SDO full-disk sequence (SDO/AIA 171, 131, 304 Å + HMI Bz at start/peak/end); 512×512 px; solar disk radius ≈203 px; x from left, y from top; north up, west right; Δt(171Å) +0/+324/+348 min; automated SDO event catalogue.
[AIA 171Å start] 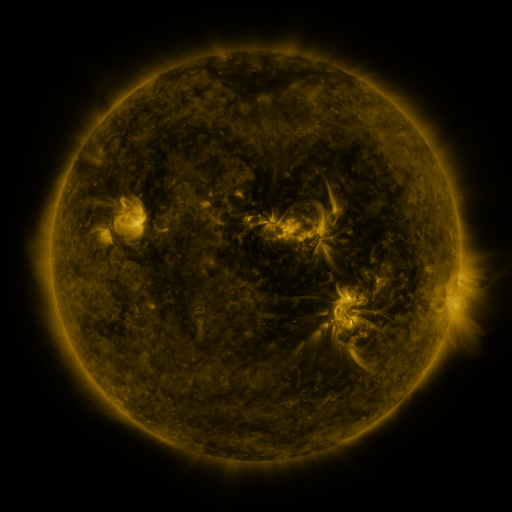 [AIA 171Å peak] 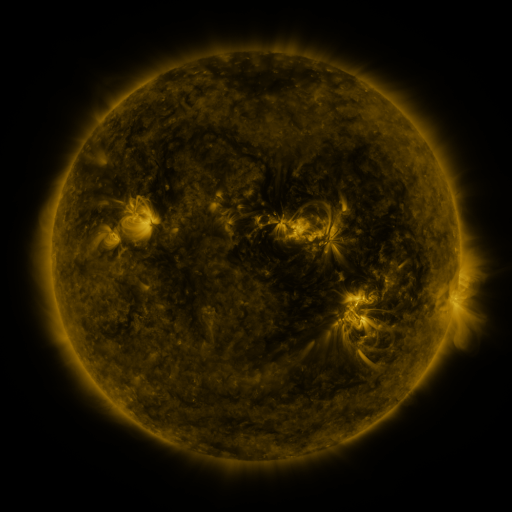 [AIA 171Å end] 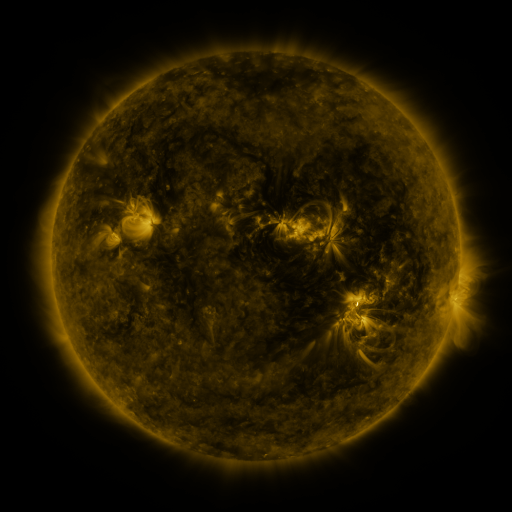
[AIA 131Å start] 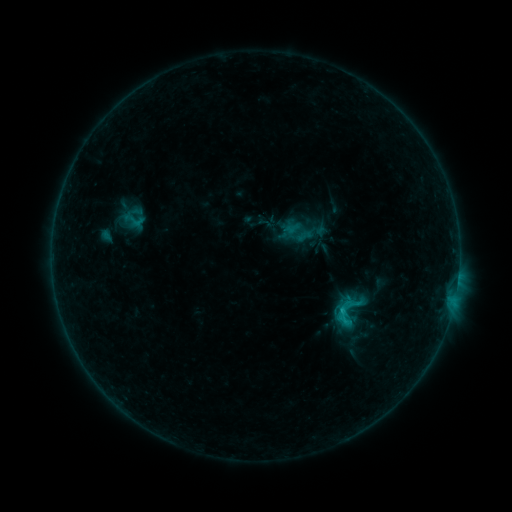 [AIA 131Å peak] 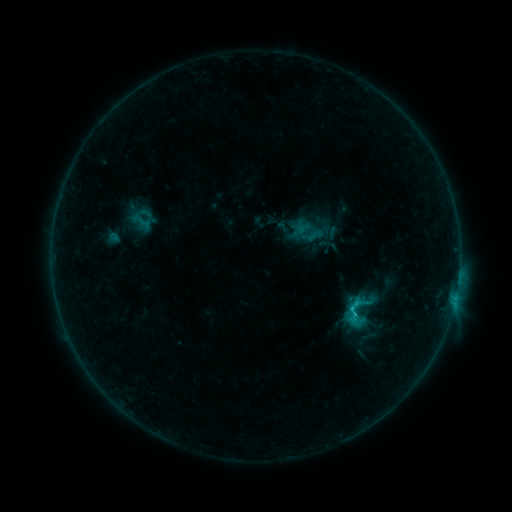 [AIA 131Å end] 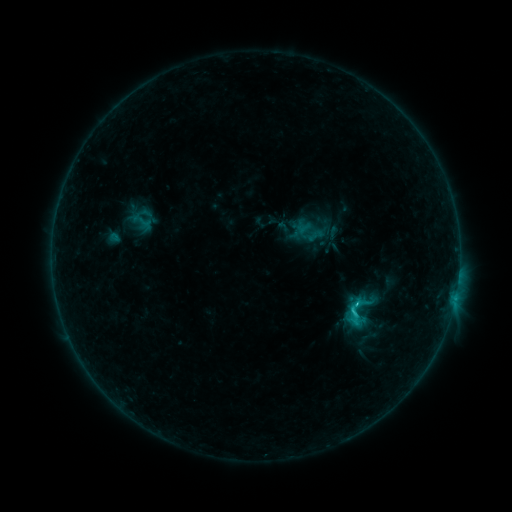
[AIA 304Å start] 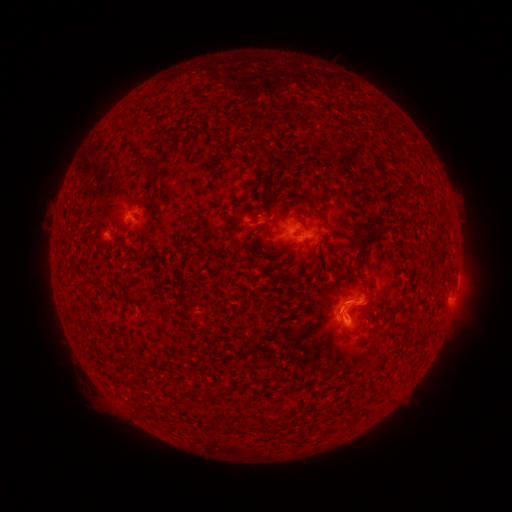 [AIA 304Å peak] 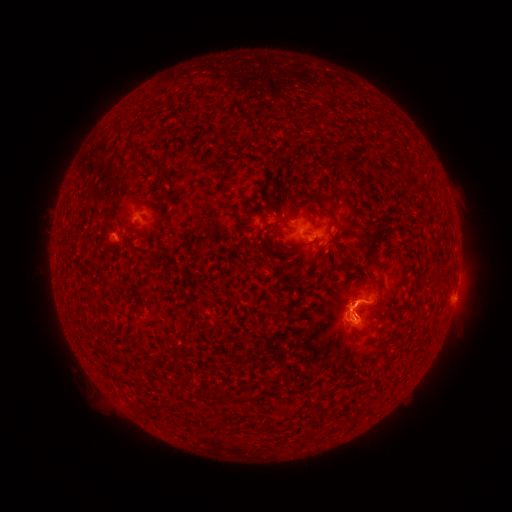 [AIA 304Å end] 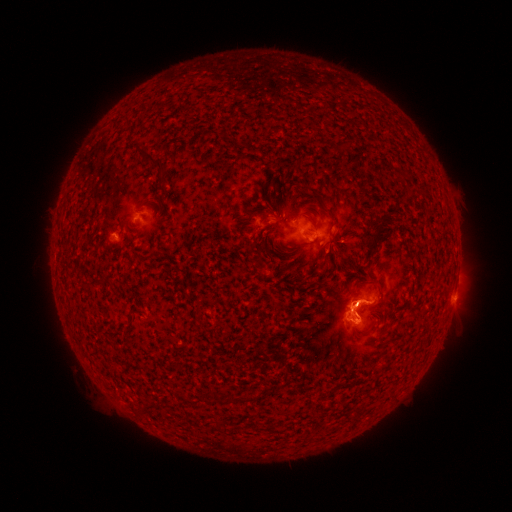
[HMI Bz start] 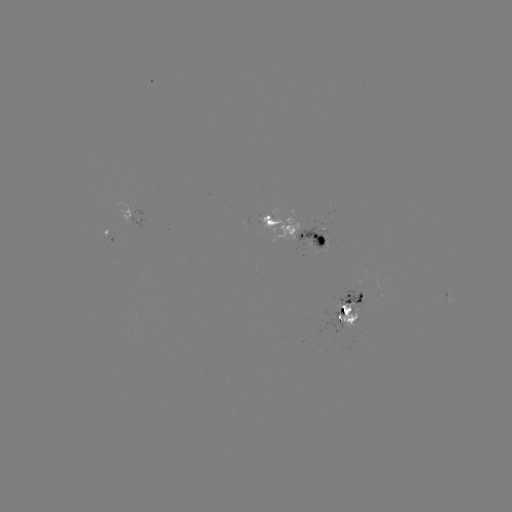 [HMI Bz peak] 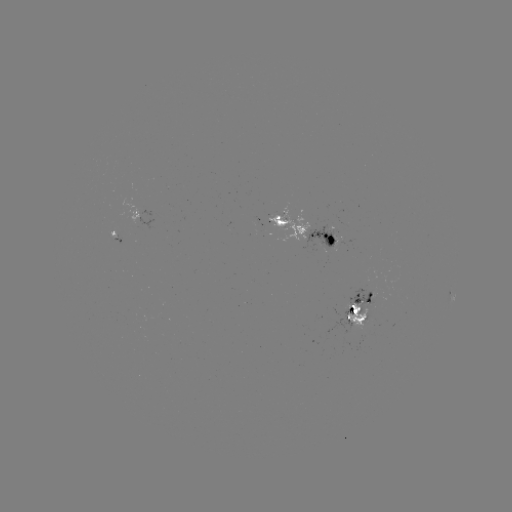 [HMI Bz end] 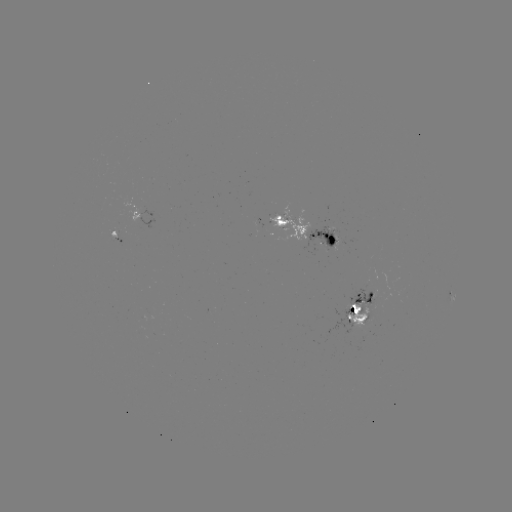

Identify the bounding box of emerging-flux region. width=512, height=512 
[108, 230, 116, 243].